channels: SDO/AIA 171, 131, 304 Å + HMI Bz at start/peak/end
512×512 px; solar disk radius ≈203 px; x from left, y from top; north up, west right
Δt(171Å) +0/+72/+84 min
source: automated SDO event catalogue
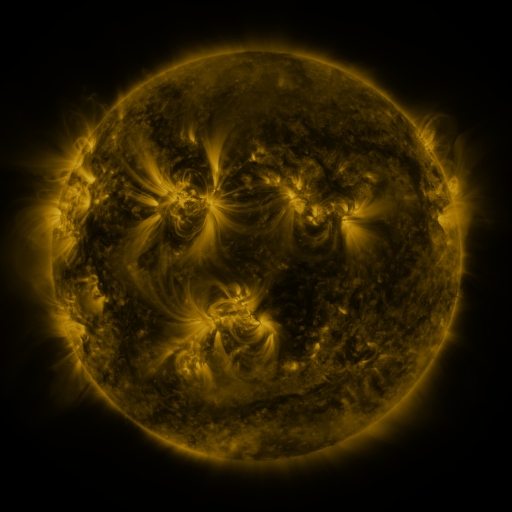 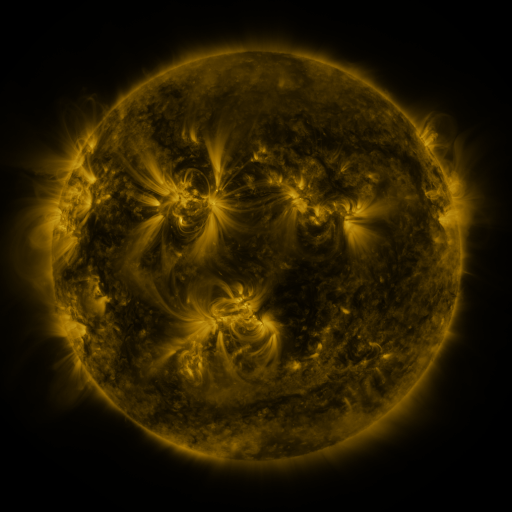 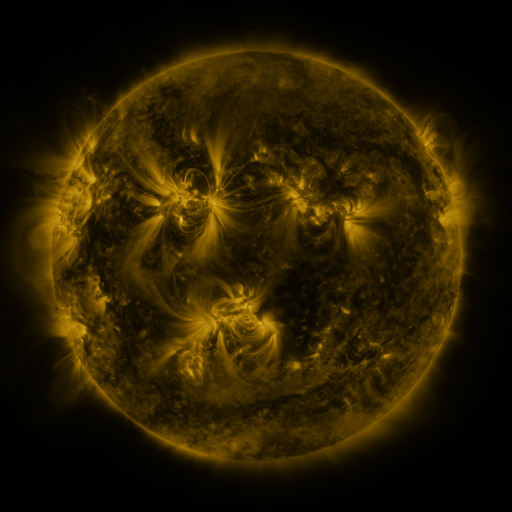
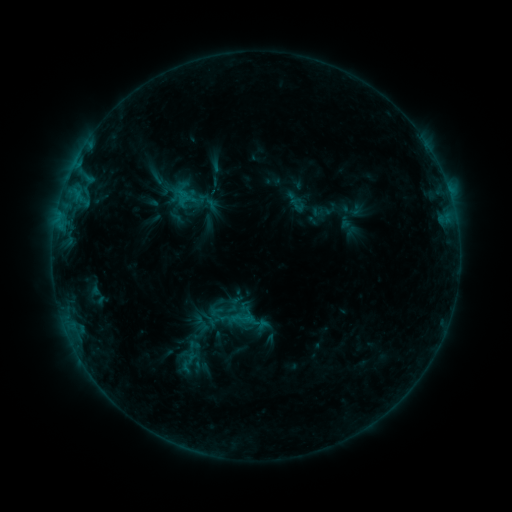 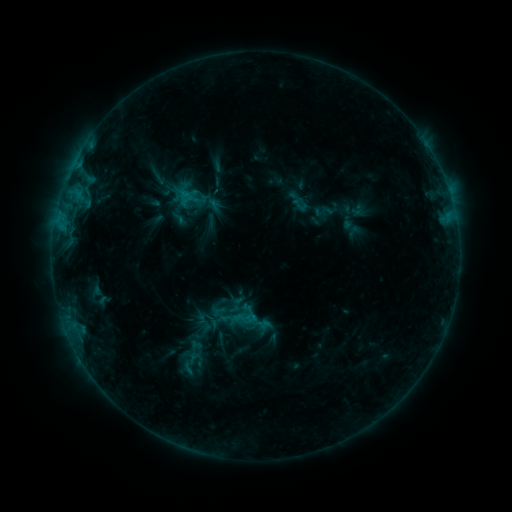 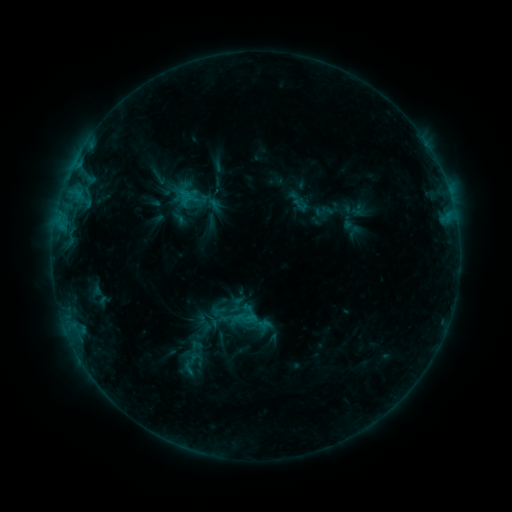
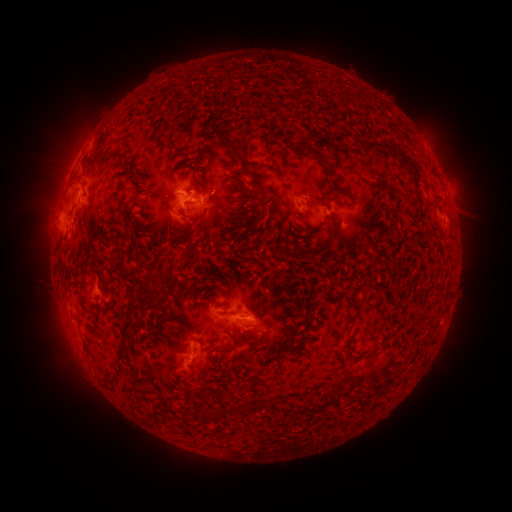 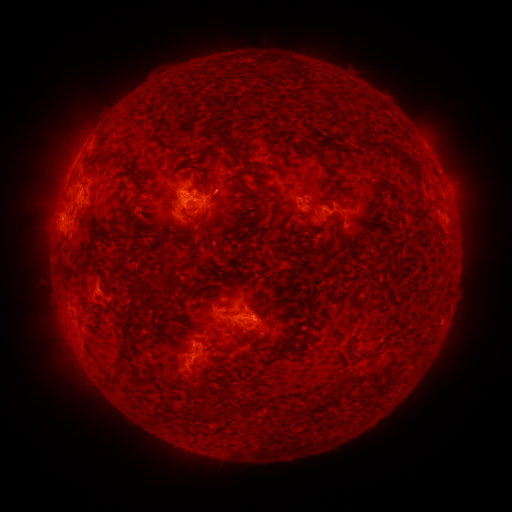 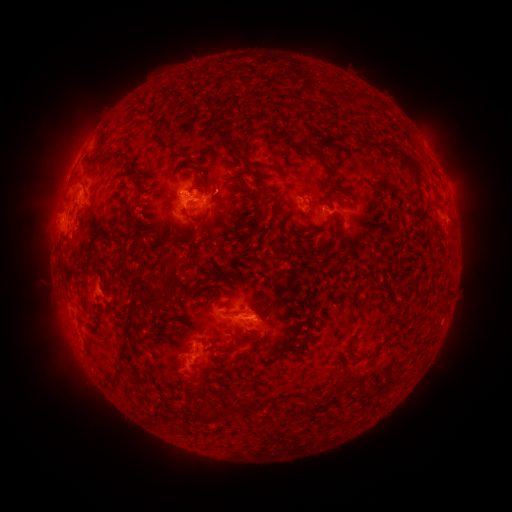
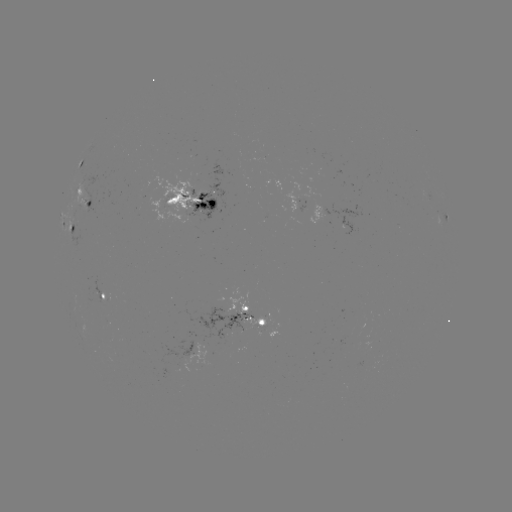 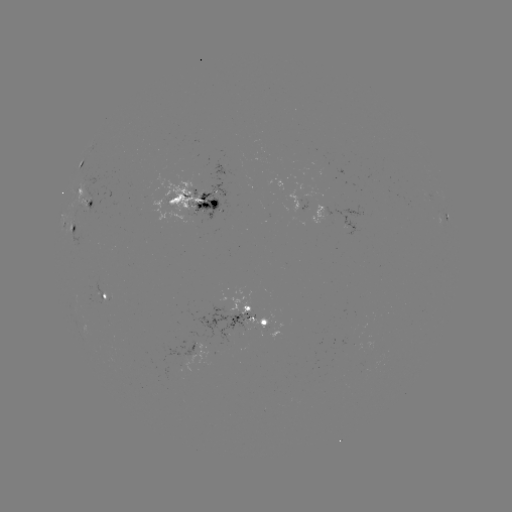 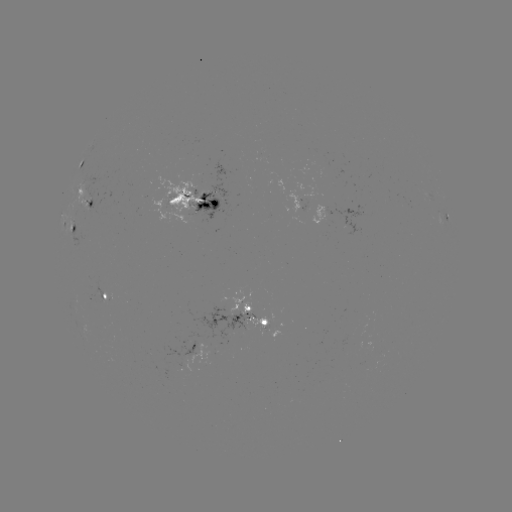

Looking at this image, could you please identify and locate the emerging-flux region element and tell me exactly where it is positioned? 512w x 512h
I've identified emerging-flux region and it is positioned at [175, 197].